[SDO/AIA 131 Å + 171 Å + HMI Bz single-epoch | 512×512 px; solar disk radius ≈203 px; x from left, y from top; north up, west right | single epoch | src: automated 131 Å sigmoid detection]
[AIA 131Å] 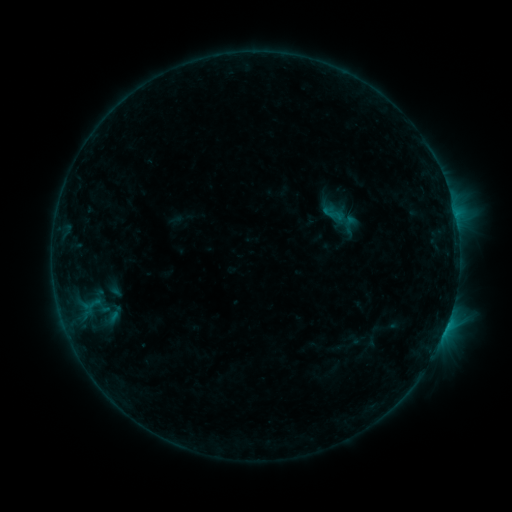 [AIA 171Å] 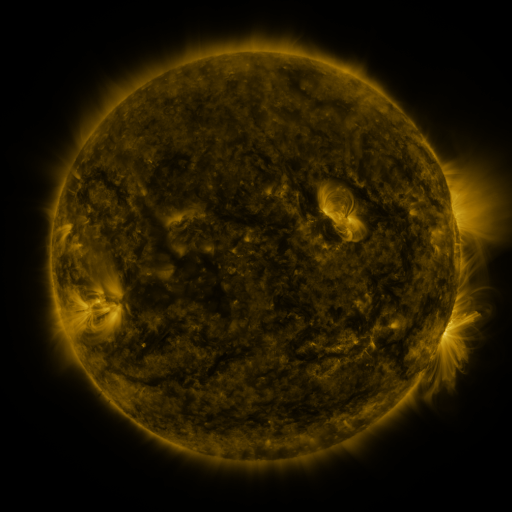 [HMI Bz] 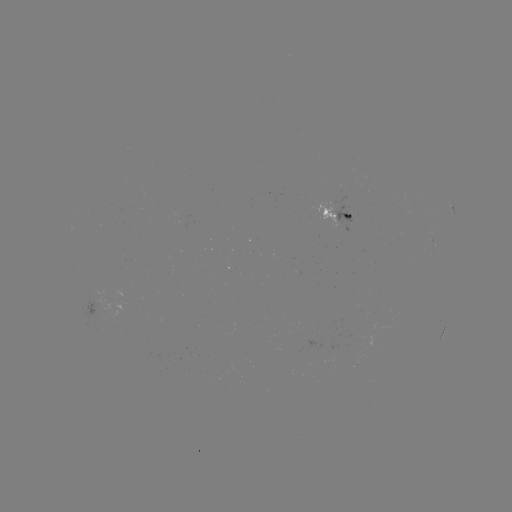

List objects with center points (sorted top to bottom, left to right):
sigmoid: (333, 214)
